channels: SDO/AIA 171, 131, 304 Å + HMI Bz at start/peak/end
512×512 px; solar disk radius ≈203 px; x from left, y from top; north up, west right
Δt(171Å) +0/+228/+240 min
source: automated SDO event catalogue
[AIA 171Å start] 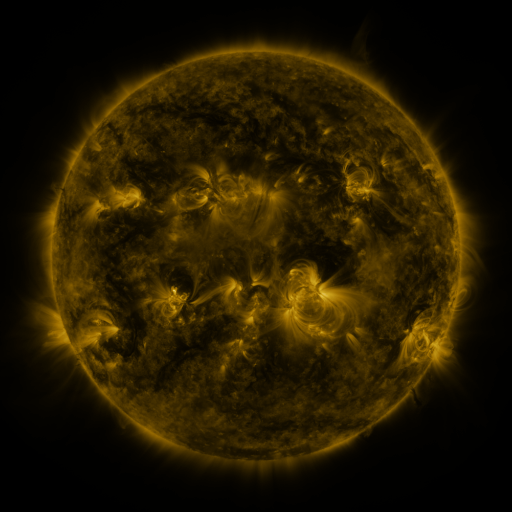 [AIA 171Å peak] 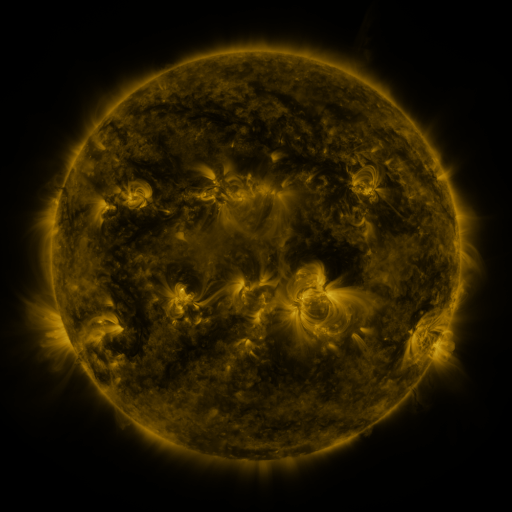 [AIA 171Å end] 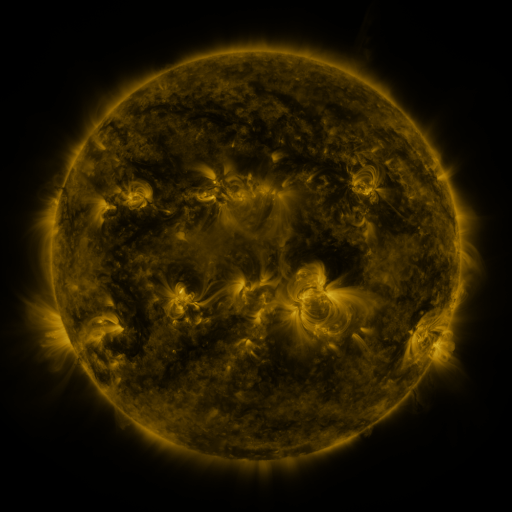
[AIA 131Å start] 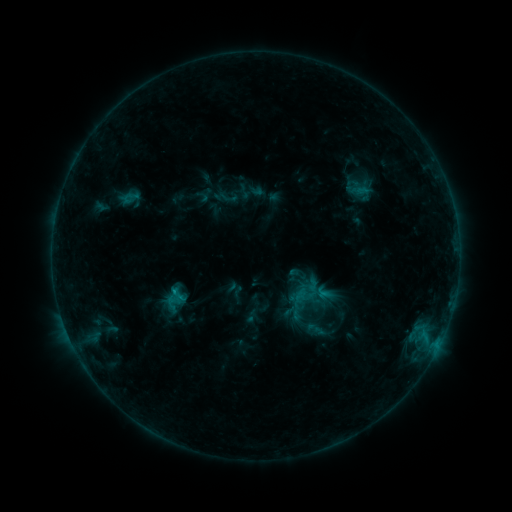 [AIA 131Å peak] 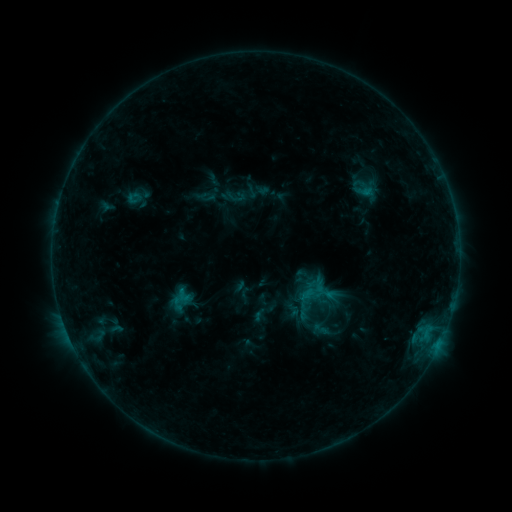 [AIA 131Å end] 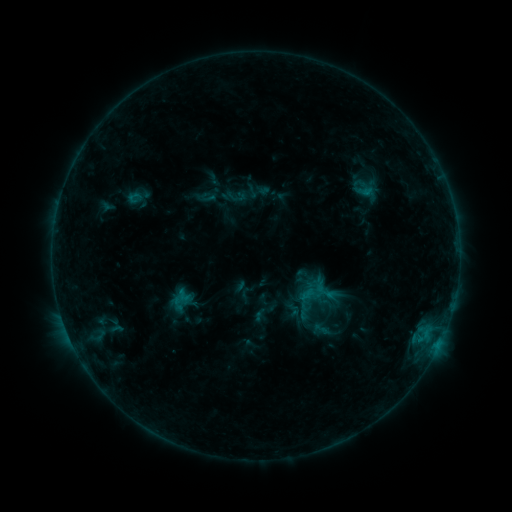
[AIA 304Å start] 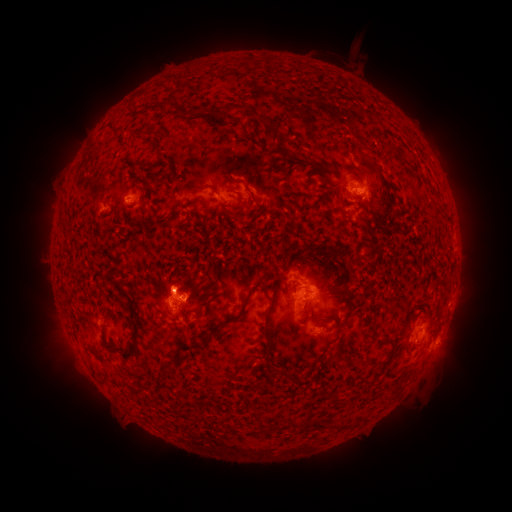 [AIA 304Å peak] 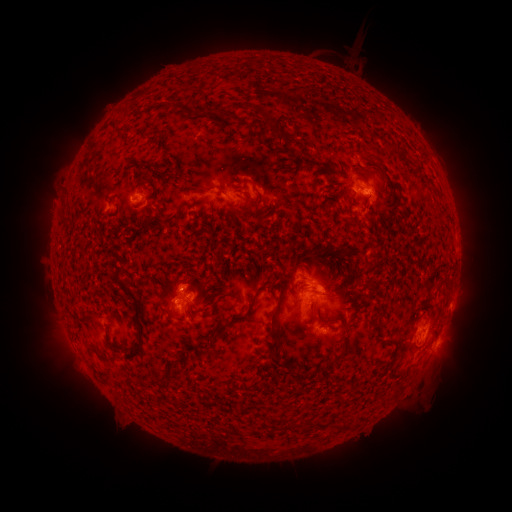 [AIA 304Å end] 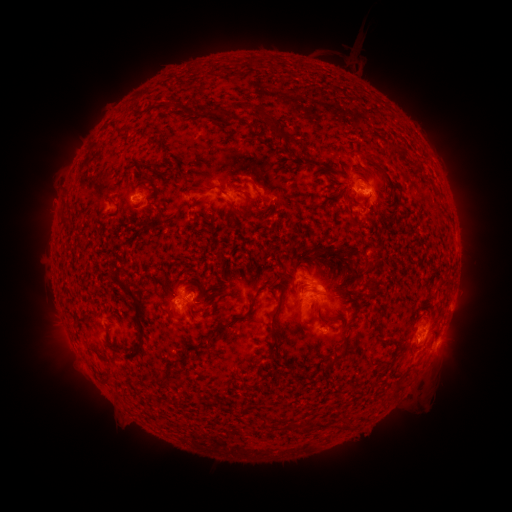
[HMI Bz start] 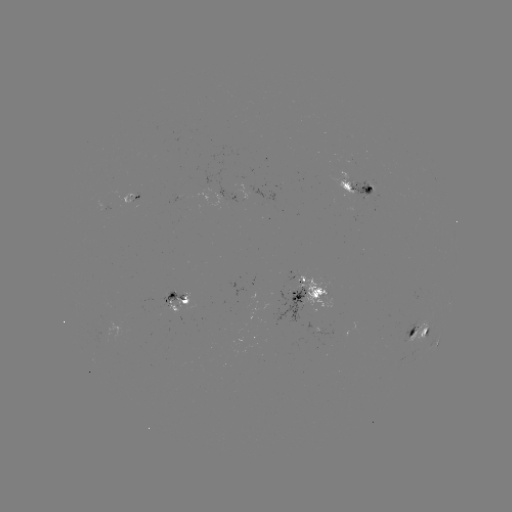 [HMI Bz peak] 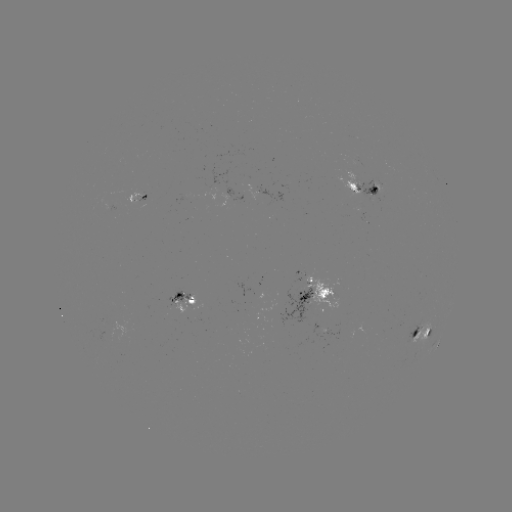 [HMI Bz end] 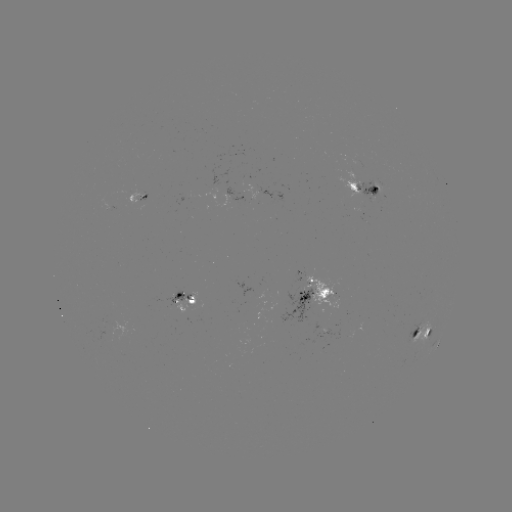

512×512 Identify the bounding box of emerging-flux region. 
[163, 288, 195, 304].